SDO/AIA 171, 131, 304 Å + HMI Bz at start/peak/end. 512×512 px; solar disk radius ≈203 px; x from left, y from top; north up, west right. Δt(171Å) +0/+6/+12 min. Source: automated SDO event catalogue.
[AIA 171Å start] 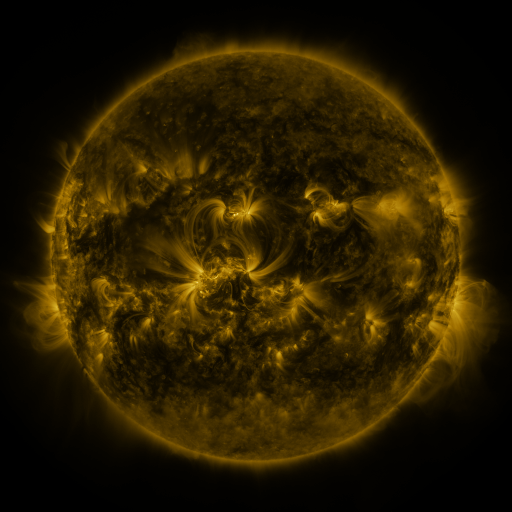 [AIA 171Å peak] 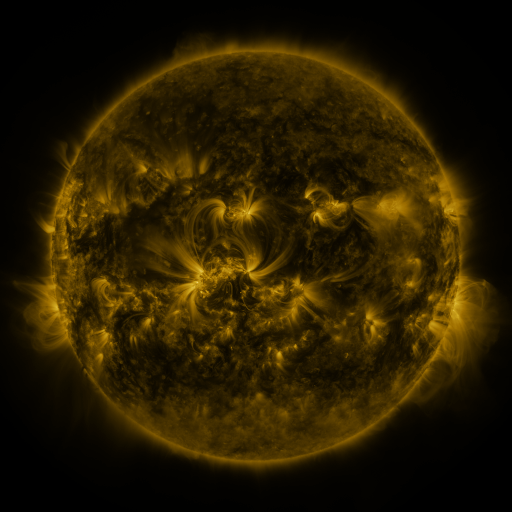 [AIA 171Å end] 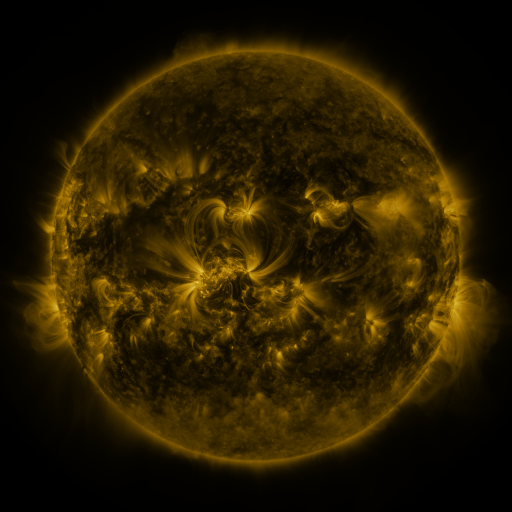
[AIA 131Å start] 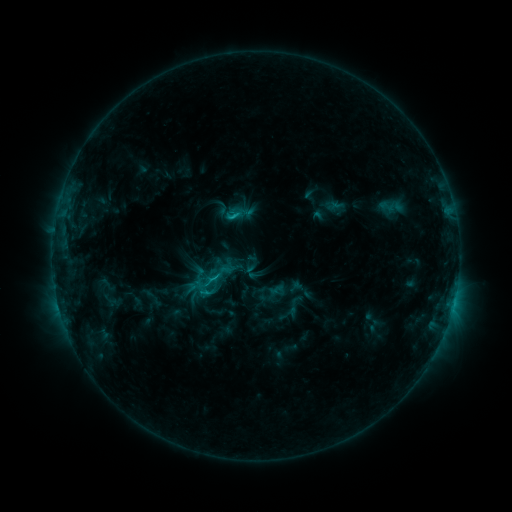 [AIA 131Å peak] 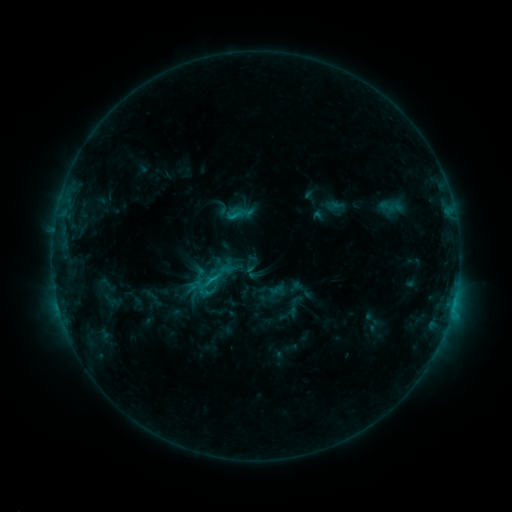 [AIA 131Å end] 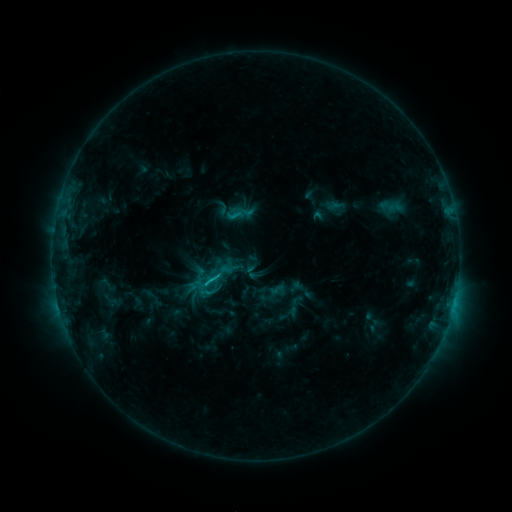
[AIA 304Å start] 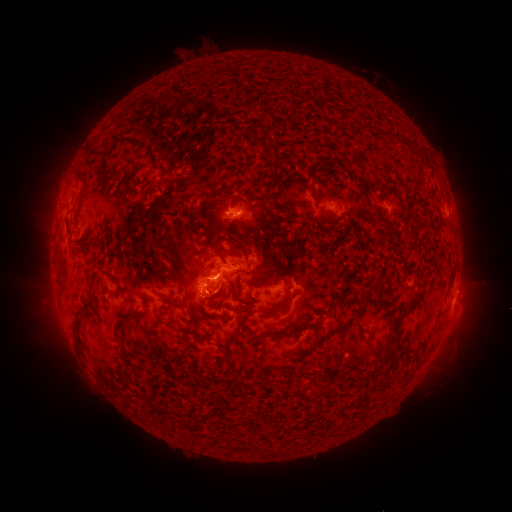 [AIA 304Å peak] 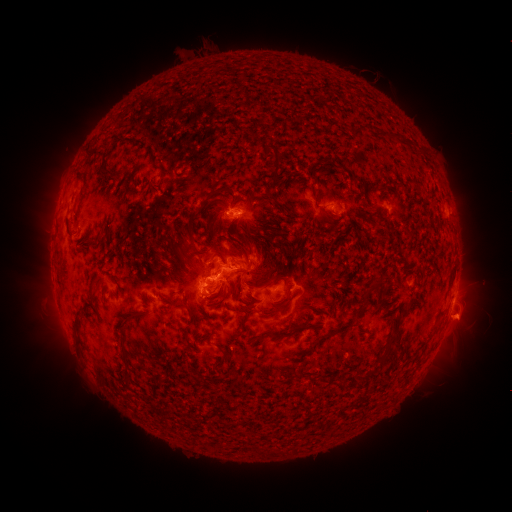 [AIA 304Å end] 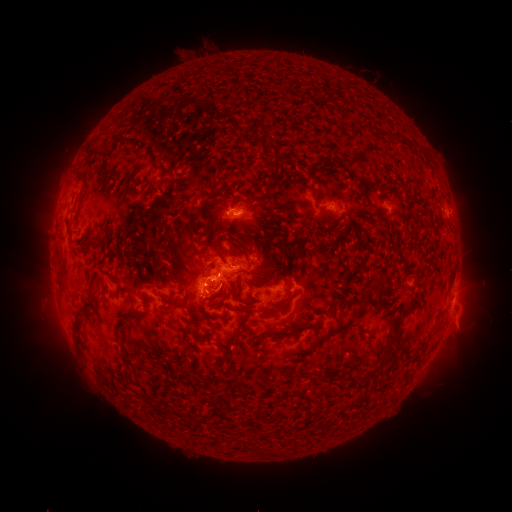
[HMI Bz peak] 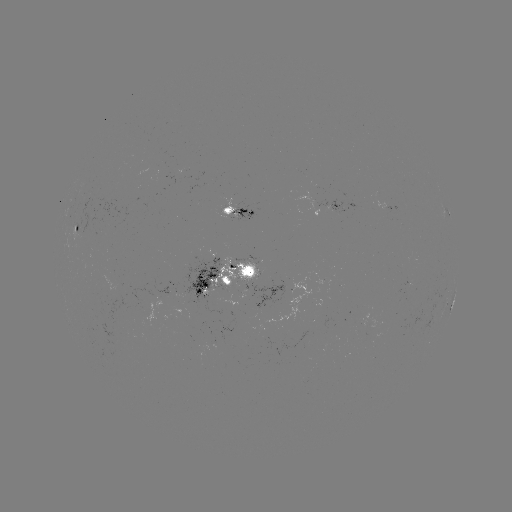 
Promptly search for eruption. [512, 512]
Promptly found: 465,326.